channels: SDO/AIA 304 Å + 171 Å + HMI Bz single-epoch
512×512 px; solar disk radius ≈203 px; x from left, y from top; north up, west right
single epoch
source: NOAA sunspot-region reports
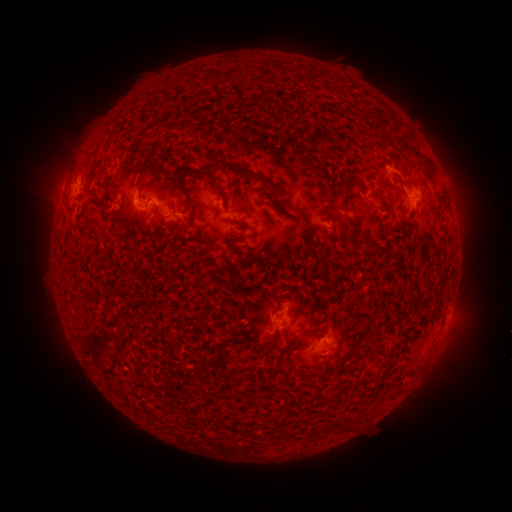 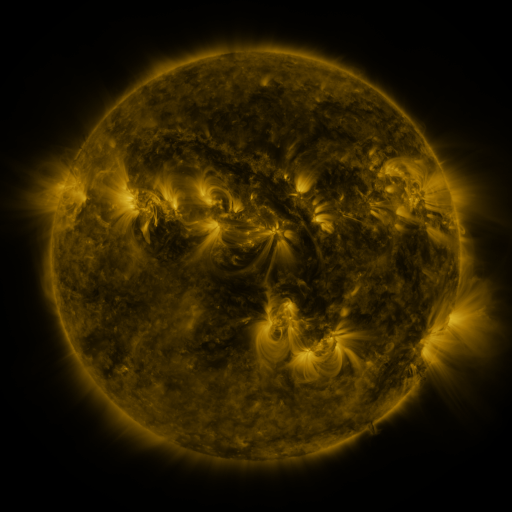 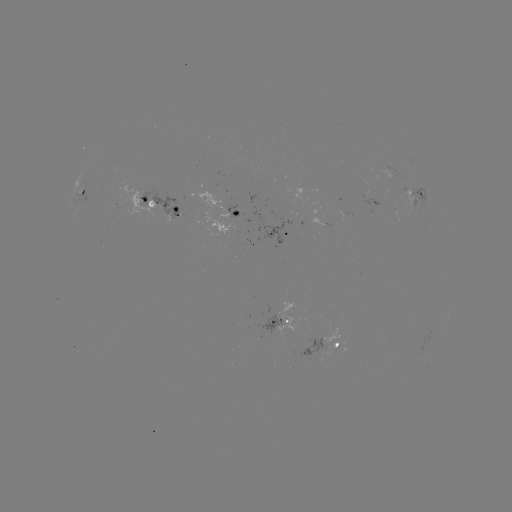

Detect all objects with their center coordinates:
spotted active region: (84, 192)
spotted active region: (414, 196)
spotted active region: (163, 208)
spotted active region: (235, 212)
spotted active region: (291, 233)
spotted active region: (450, 309)
spotted active region: (286, 321)
spotted active region: (339, 347)
